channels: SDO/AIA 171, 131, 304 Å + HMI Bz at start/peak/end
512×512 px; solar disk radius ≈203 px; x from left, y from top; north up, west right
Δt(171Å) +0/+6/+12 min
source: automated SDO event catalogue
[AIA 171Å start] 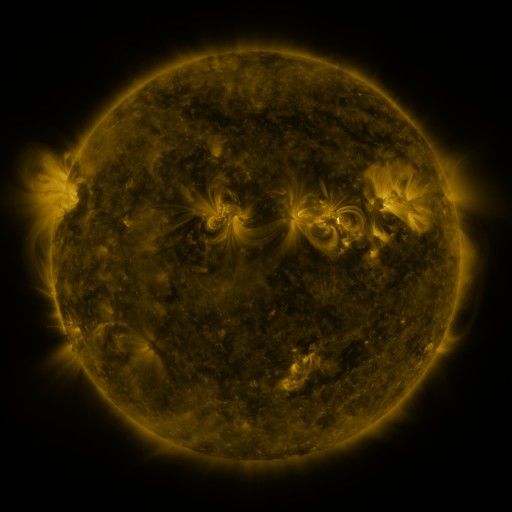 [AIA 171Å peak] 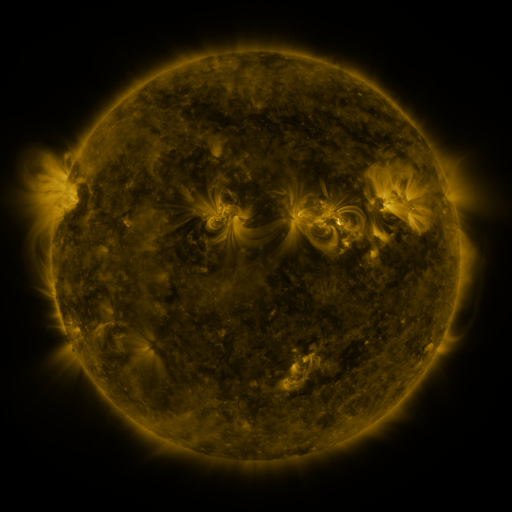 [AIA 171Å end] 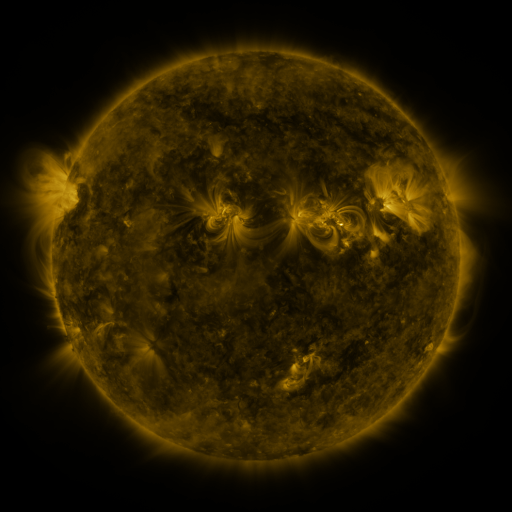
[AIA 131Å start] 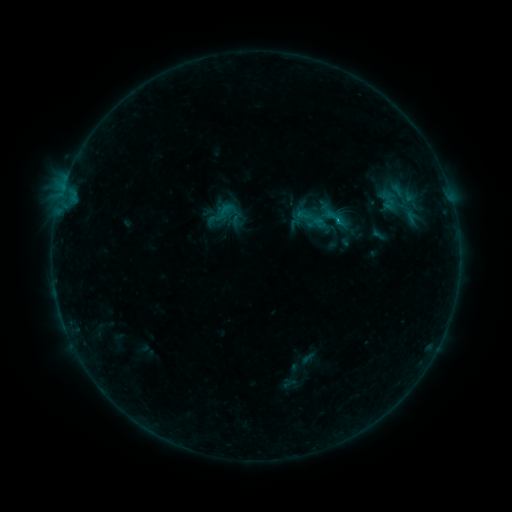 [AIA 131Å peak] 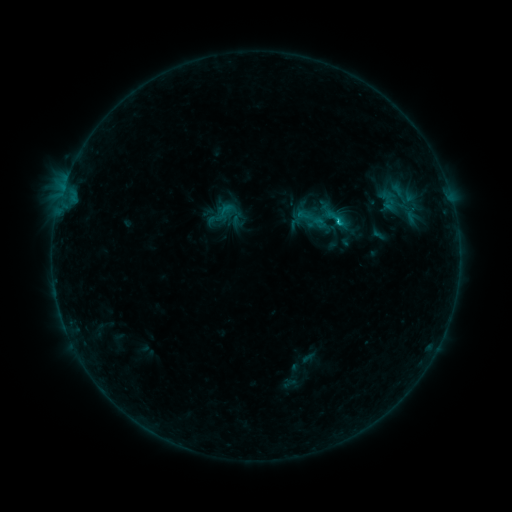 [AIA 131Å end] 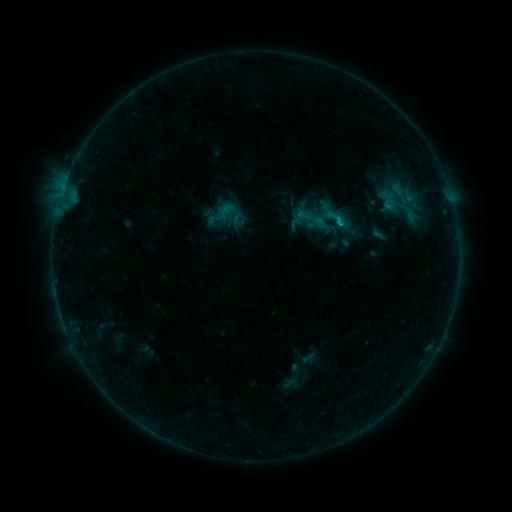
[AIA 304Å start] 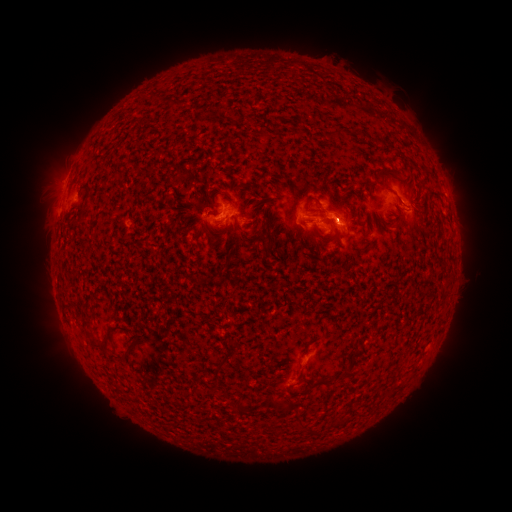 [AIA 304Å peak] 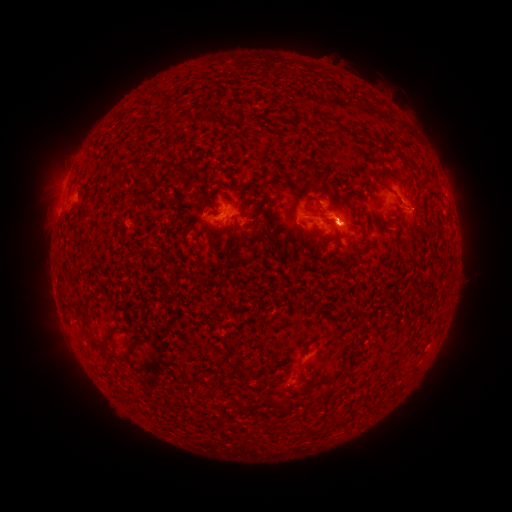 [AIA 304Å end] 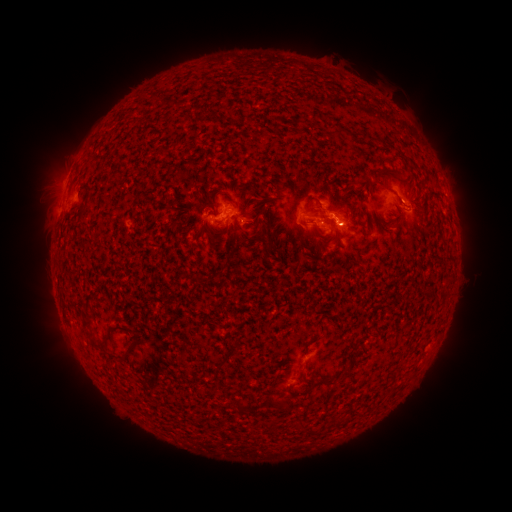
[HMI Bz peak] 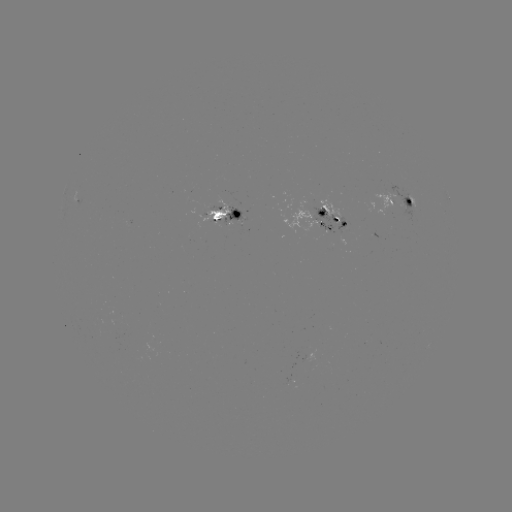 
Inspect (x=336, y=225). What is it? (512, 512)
B8.6 flare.